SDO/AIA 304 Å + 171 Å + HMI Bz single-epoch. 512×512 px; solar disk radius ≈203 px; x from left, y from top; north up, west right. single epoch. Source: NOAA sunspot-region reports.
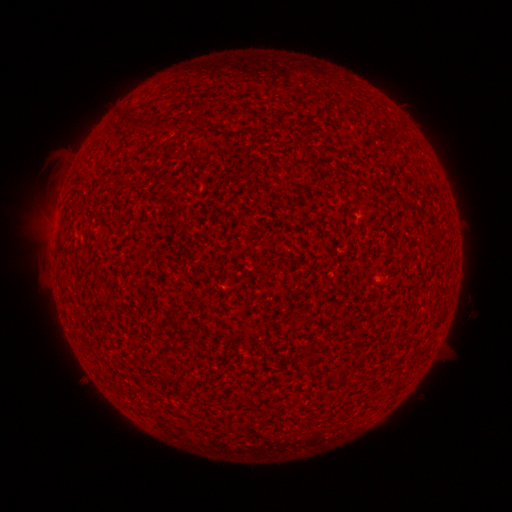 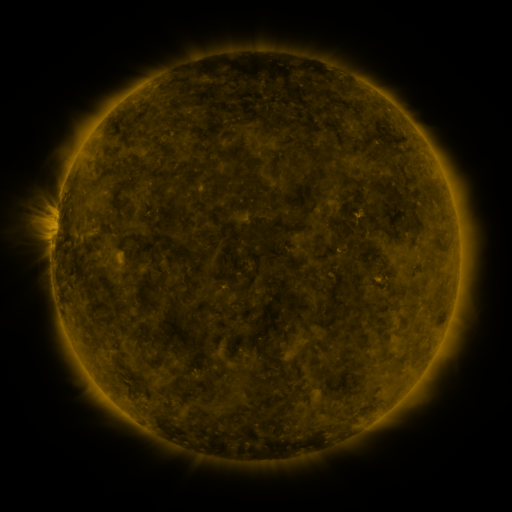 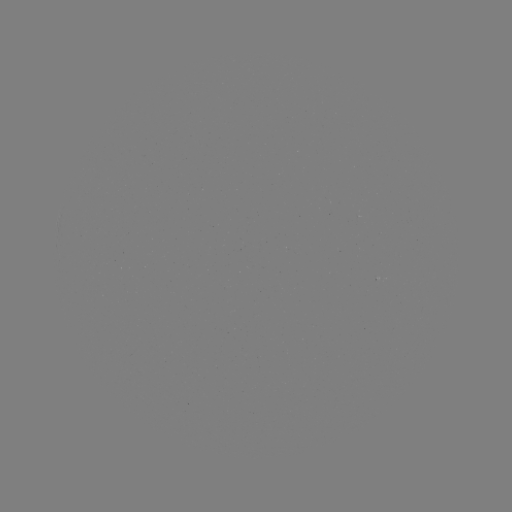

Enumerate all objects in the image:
(none)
